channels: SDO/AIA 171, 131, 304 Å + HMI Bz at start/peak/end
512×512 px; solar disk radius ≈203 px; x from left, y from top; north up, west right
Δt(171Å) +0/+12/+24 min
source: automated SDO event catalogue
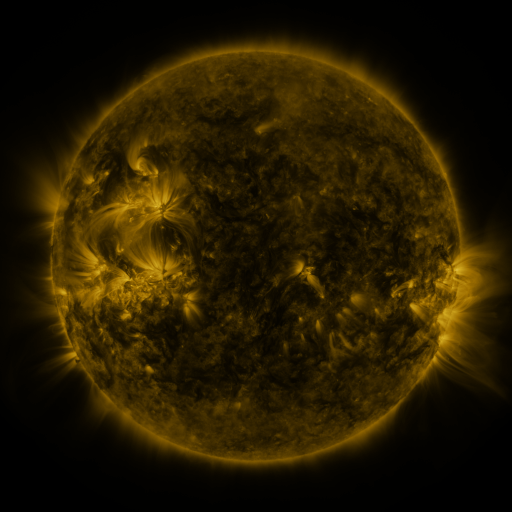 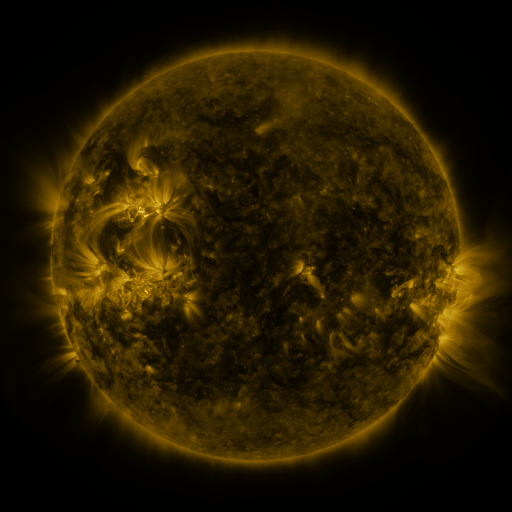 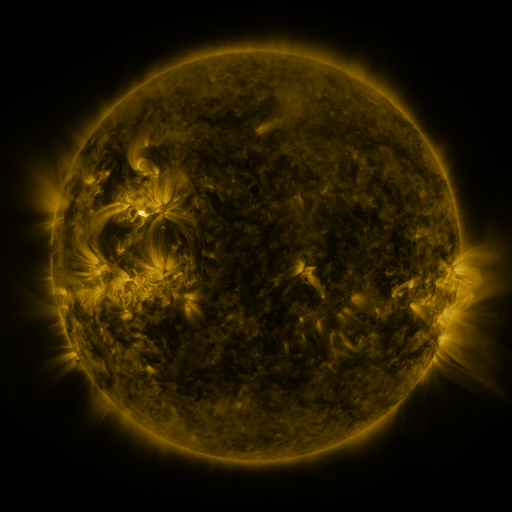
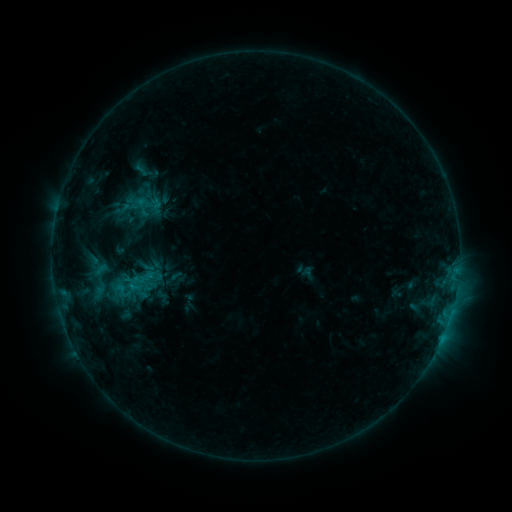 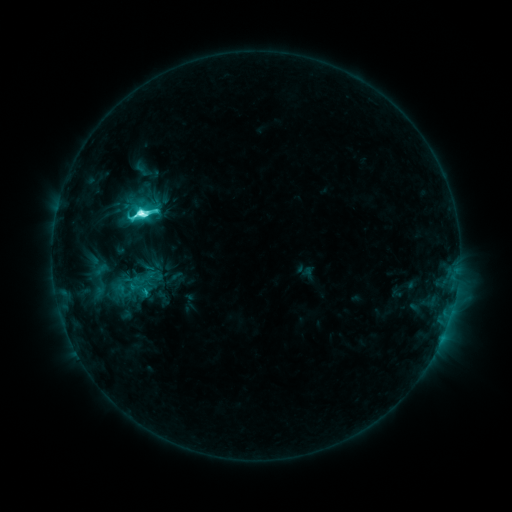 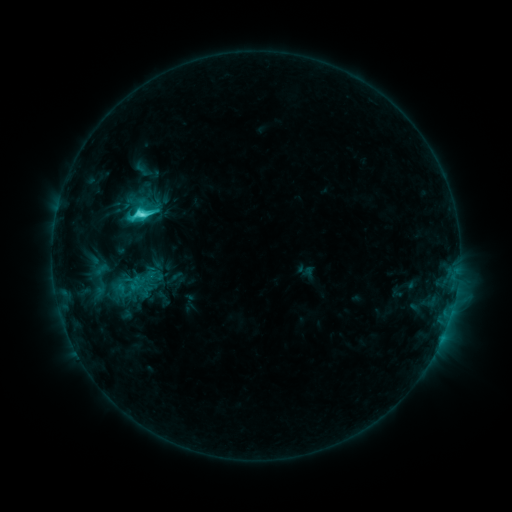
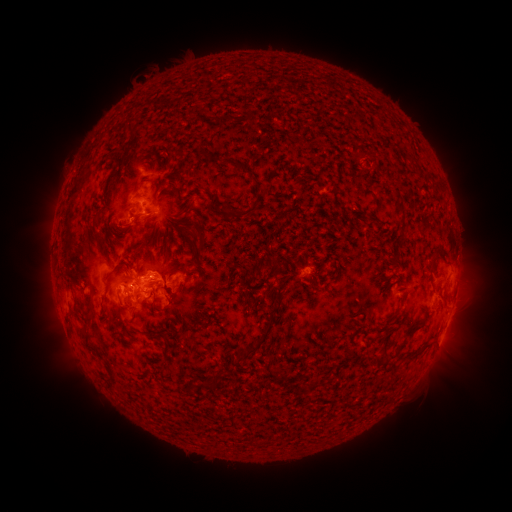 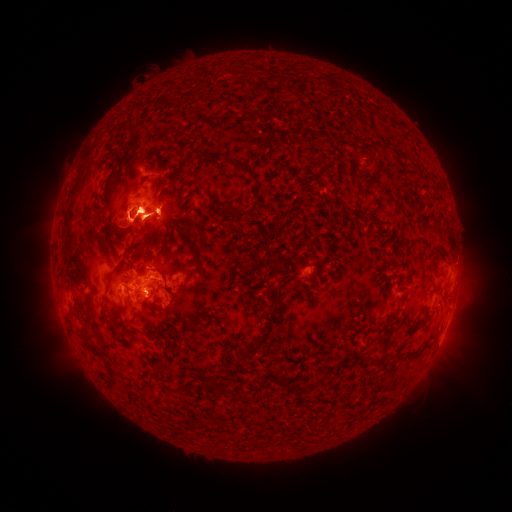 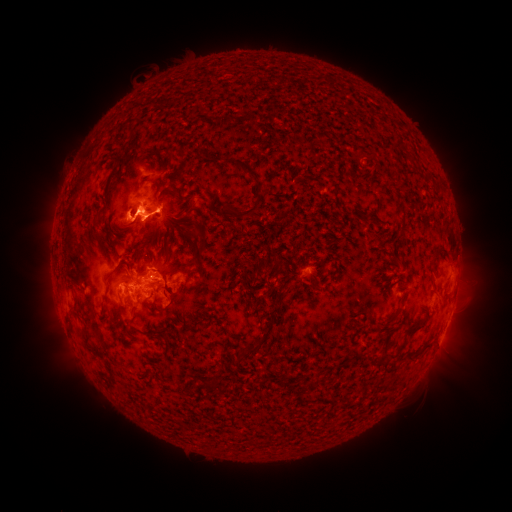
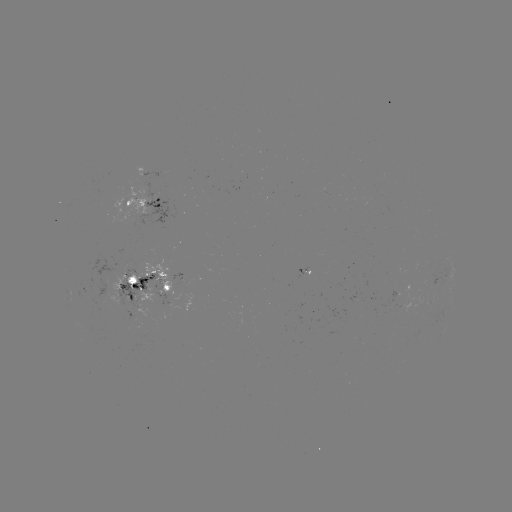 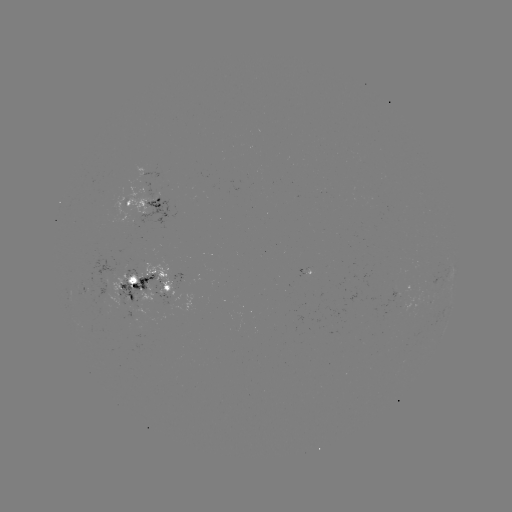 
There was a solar flare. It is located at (142, 213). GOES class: M1.1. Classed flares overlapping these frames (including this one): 1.